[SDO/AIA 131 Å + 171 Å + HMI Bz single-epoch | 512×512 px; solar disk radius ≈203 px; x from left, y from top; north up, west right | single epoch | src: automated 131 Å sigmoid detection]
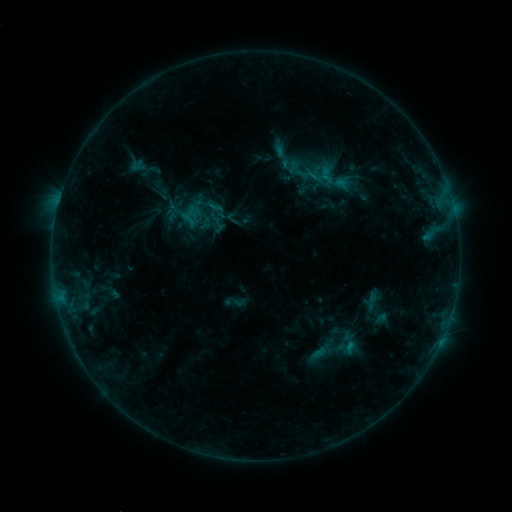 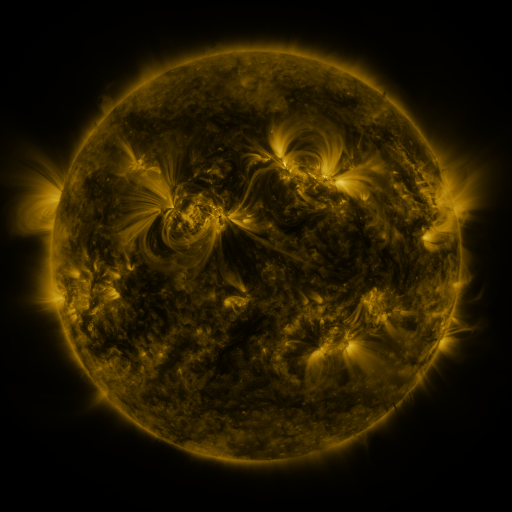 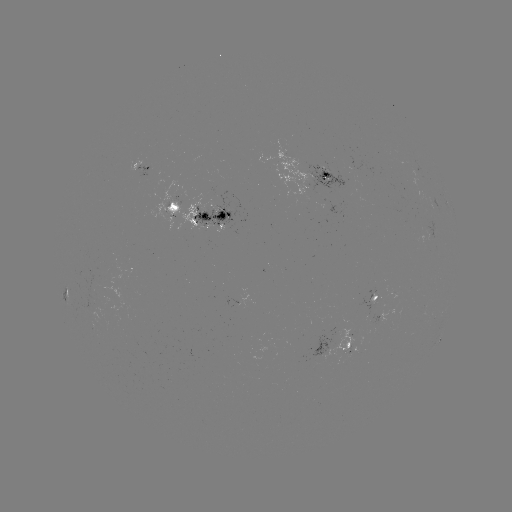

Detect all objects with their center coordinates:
sigmoid: <bbox>195, 189, 225, 219</bbox>
